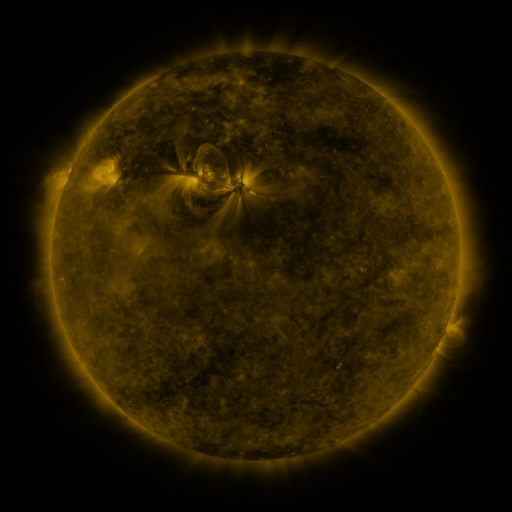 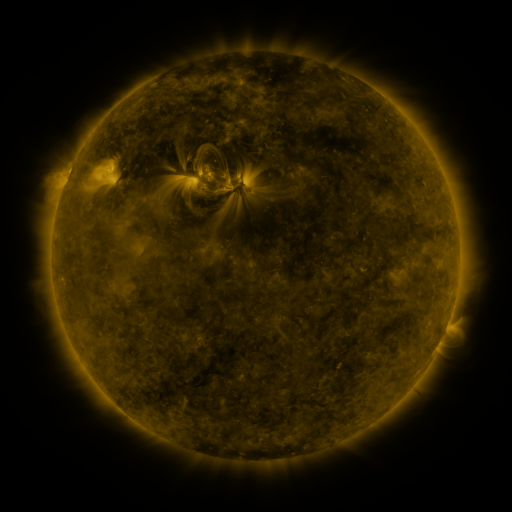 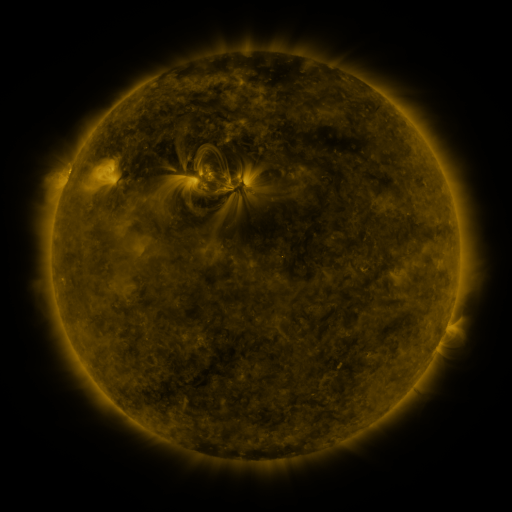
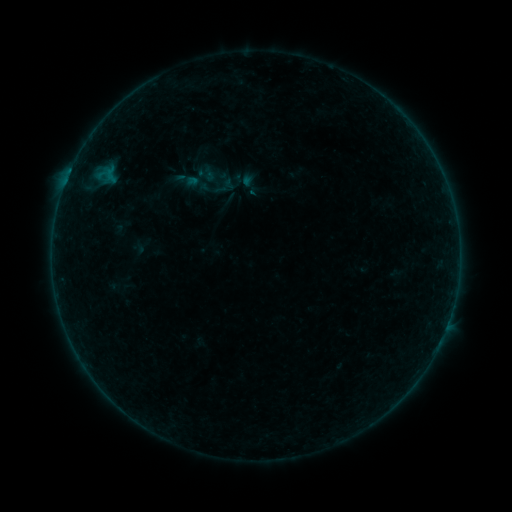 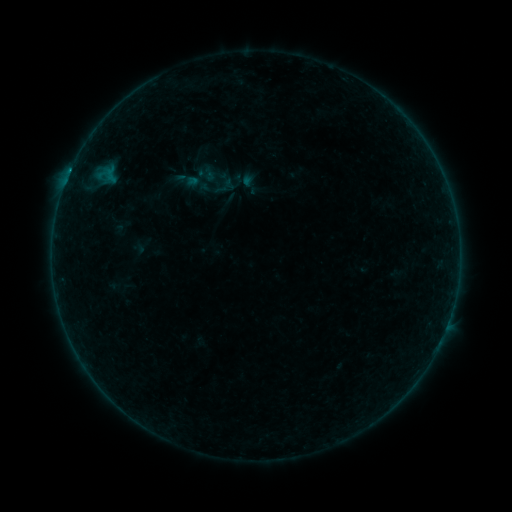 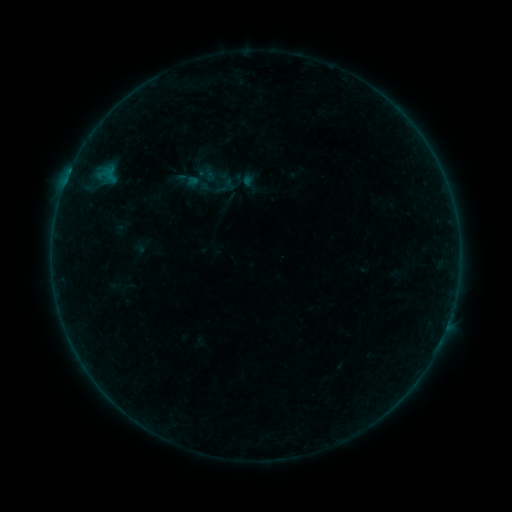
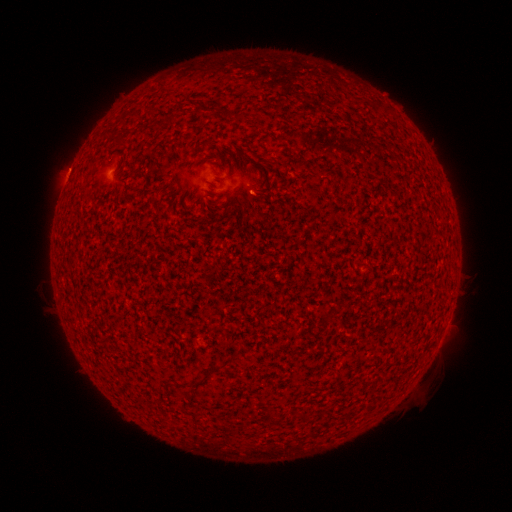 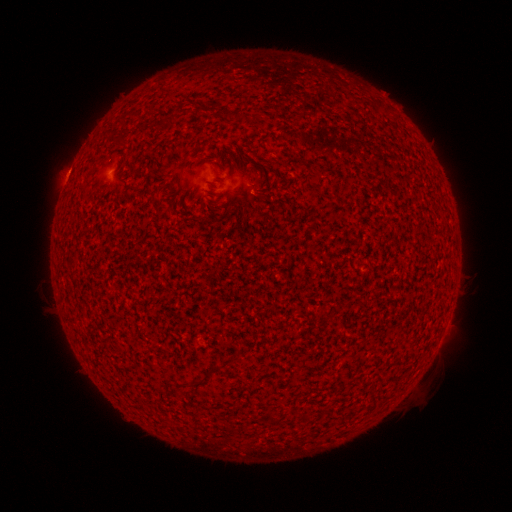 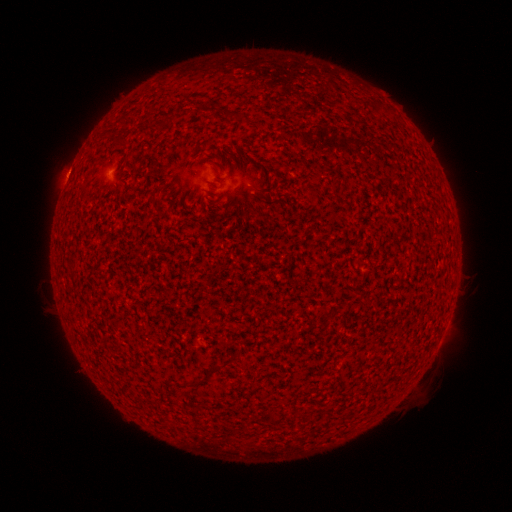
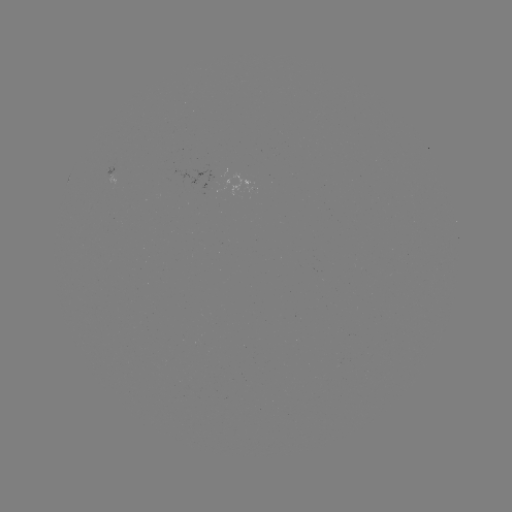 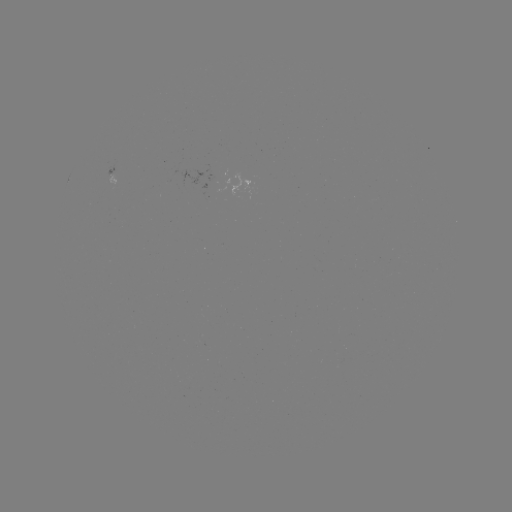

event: flare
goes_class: B2.0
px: (70, 174)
